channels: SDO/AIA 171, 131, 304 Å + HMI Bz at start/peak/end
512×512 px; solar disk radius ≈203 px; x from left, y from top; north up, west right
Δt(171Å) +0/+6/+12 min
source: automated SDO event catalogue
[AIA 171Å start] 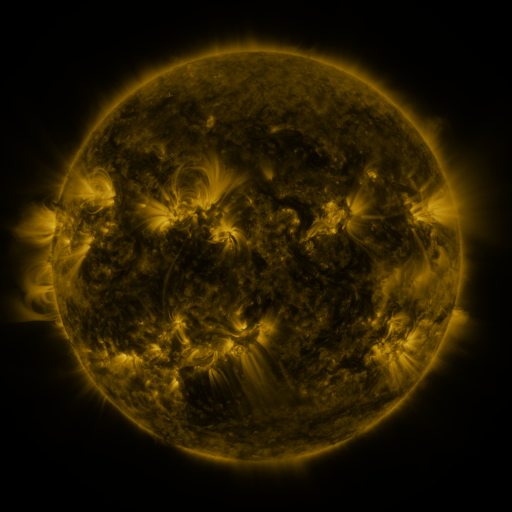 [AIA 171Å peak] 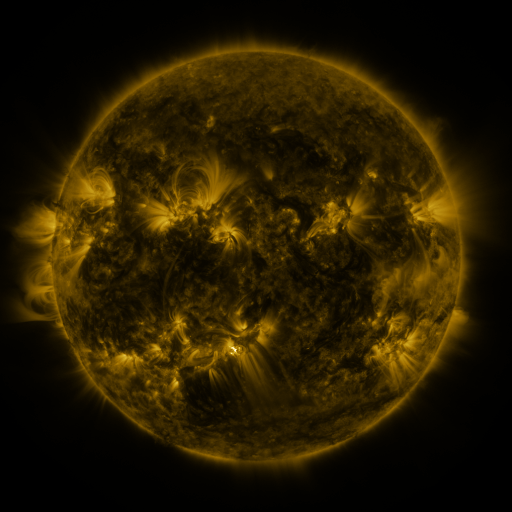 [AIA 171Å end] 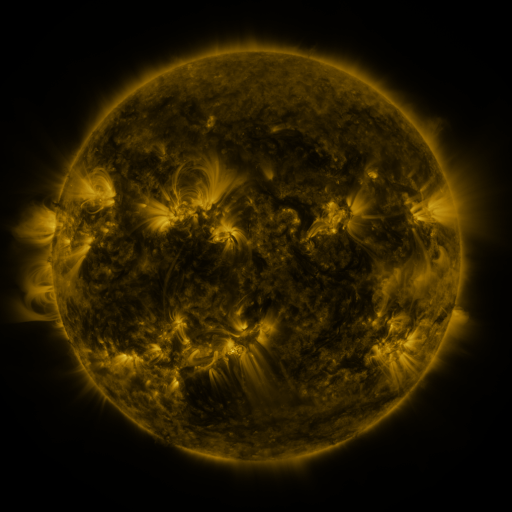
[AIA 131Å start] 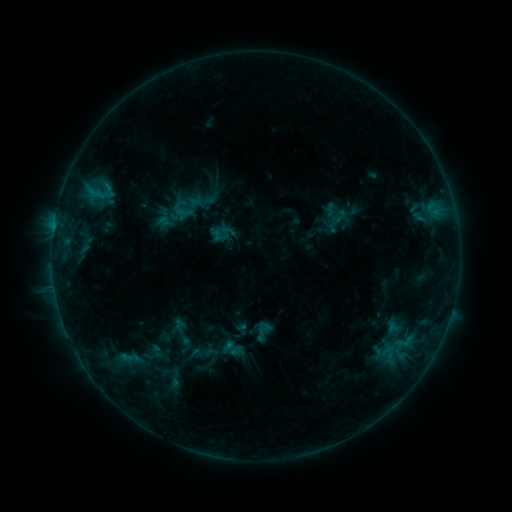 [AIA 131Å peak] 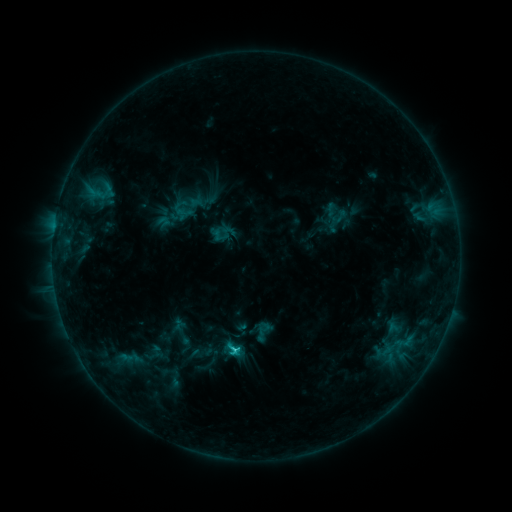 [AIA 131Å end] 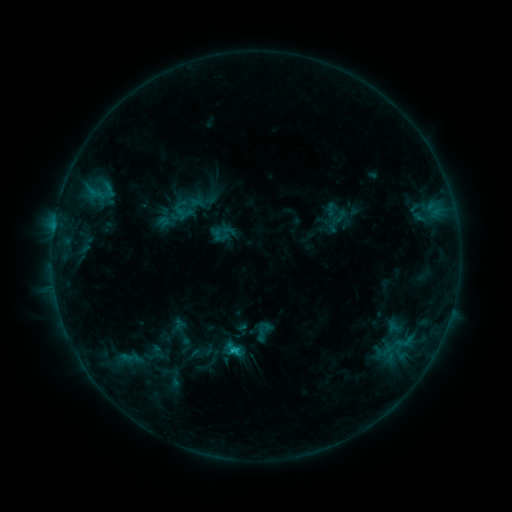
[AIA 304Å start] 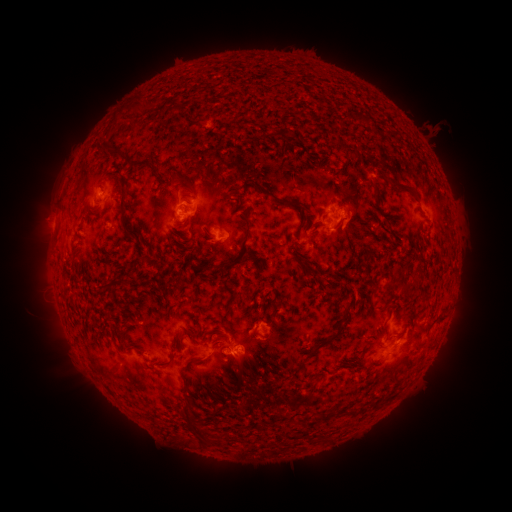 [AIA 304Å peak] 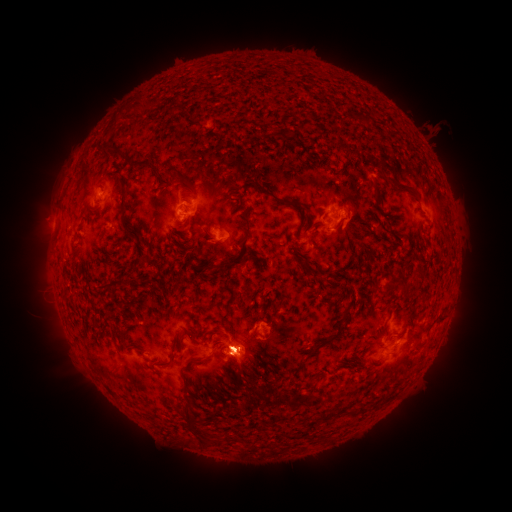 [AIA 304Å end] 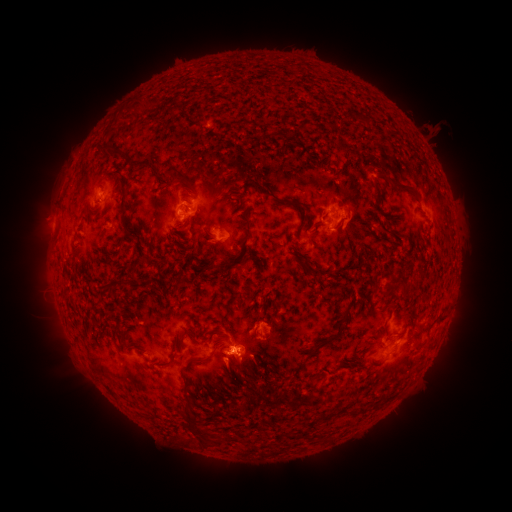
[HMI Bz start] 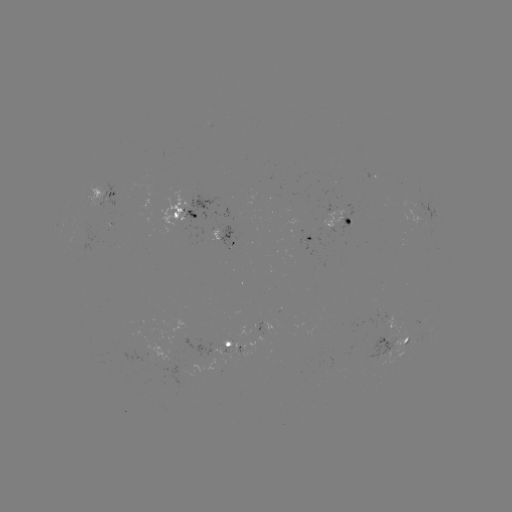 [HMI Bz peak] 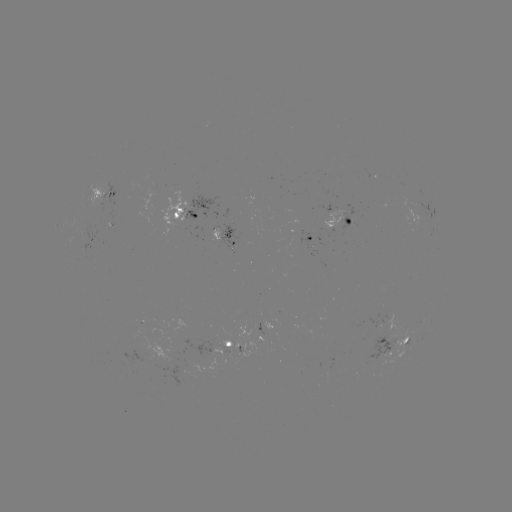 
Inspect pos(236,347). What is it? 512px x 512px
C1.0 flare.